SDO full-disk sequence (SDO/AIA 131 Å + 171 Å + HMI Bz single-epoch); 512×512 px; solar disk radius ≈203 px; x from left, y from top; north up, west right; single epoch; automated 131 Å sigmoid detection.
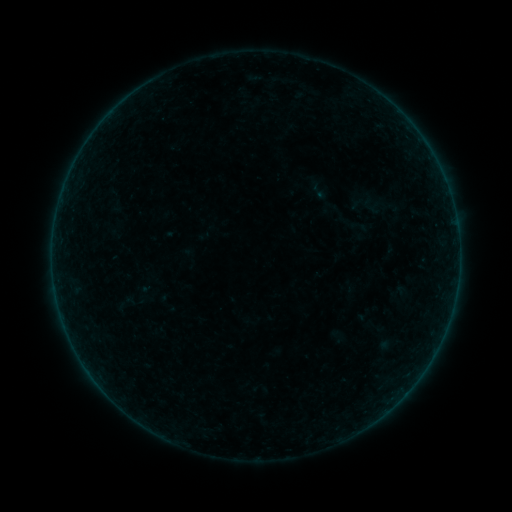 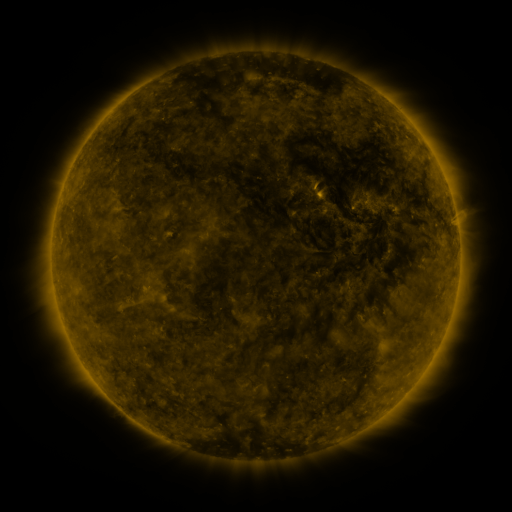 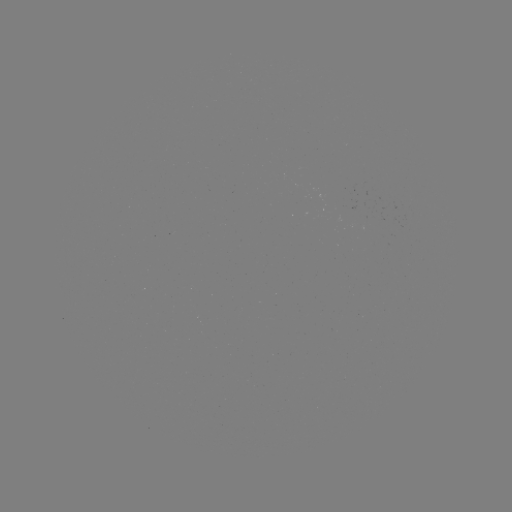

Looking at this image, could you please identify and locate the sigmoid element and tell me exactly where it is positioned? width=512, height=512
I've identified sigmoid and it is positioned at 359,227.